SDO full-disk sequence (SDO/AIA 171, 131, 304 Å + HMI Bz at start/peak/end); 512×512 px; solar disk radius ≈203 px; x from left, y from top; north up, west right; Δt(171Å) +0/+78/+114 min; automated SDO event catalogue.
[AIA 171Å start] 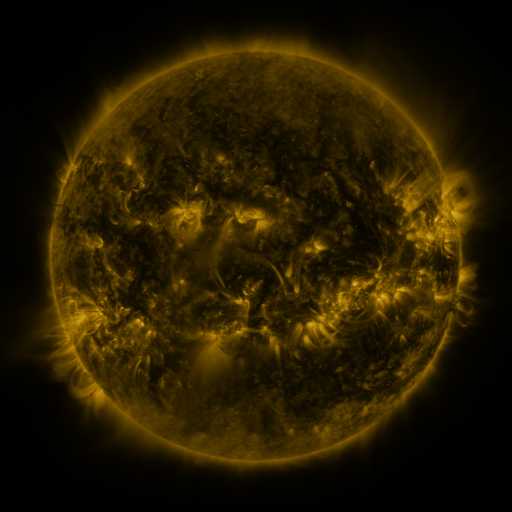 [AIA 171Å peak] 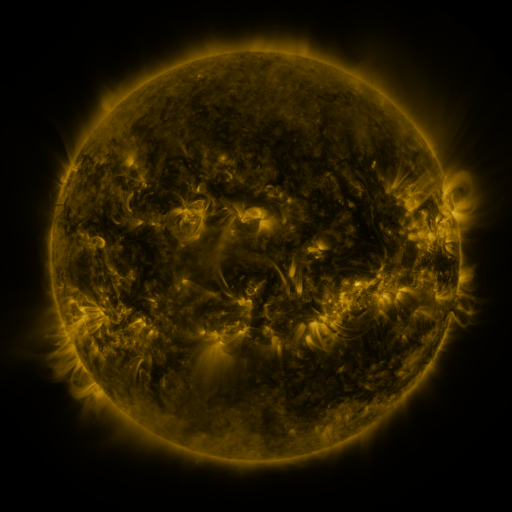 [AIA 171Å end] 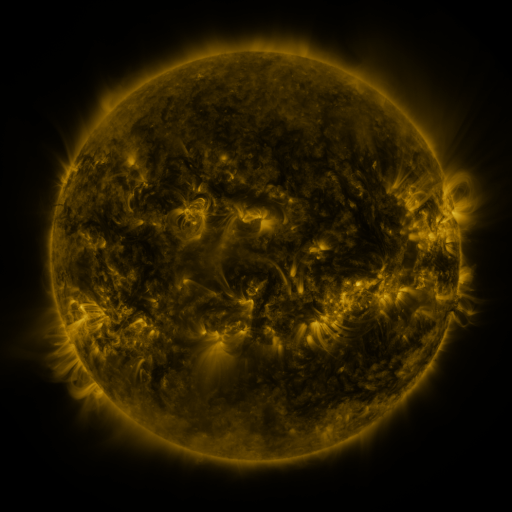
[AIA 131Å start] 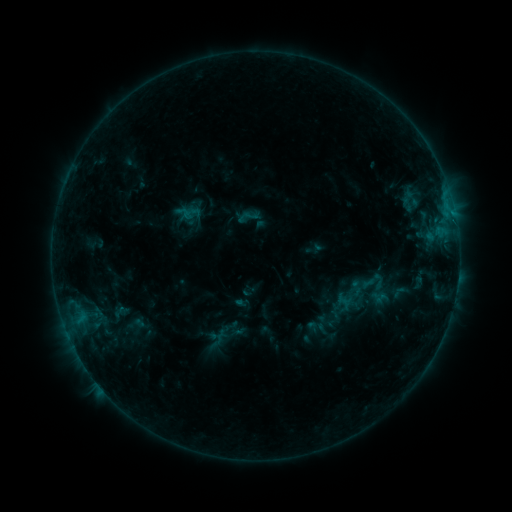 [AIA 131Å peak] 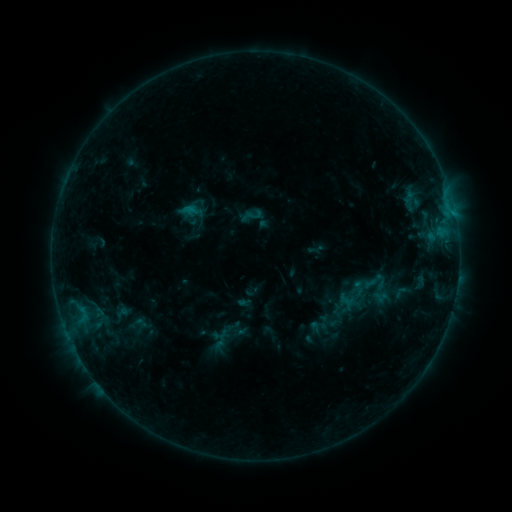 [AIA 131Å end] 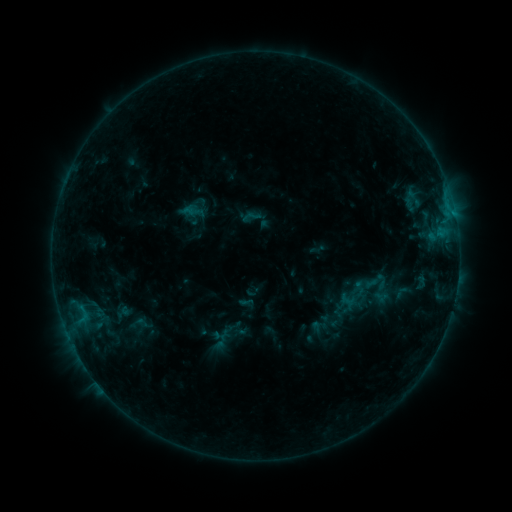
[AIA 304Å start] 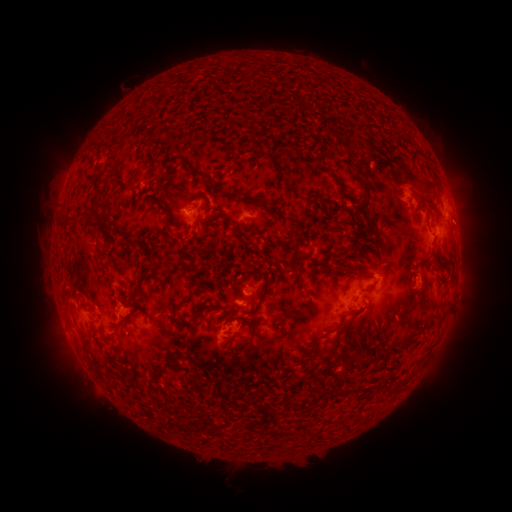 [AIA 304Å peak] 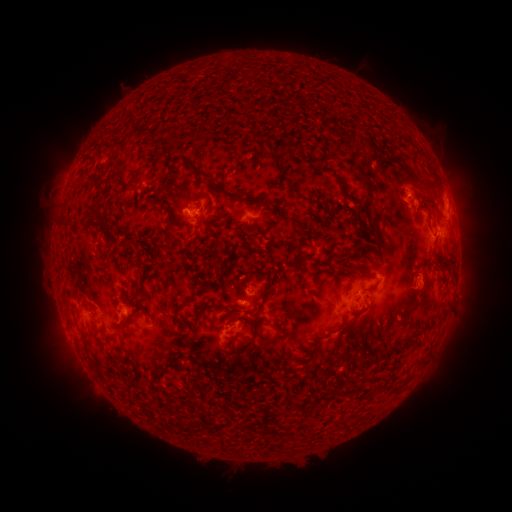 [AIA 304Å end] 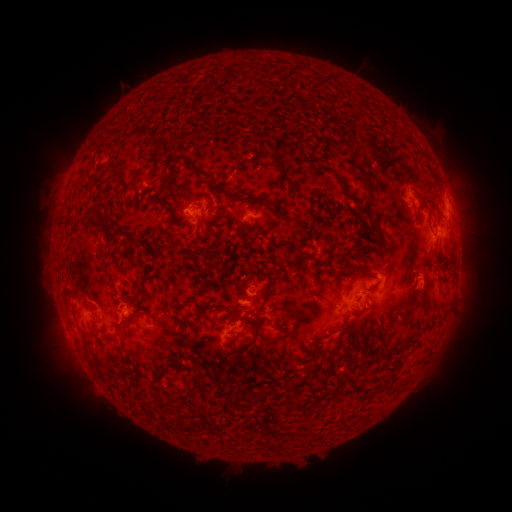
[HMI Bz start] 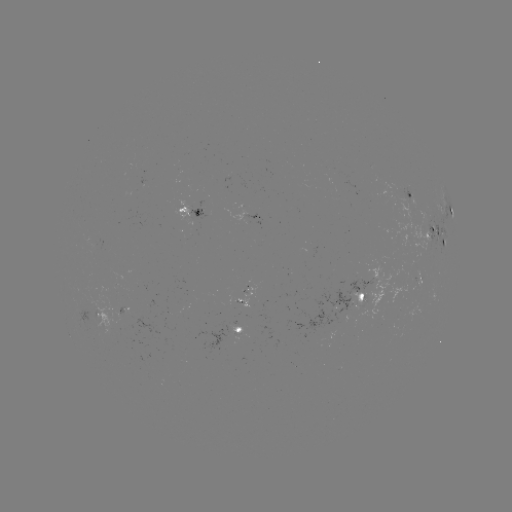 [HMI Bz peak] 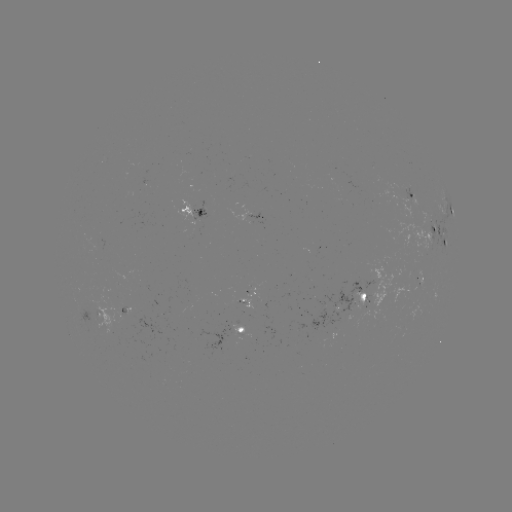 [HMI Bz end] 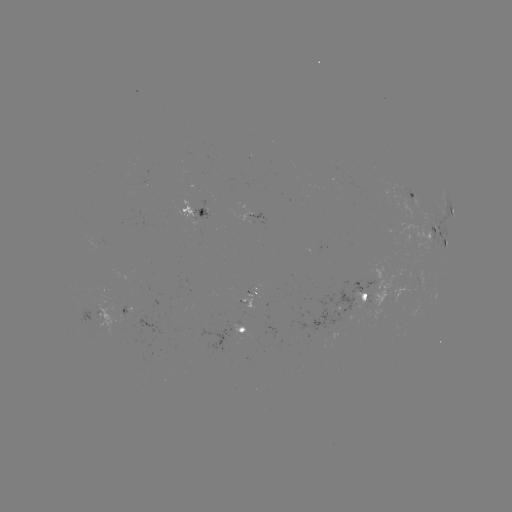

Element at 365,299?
emerging-flux region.